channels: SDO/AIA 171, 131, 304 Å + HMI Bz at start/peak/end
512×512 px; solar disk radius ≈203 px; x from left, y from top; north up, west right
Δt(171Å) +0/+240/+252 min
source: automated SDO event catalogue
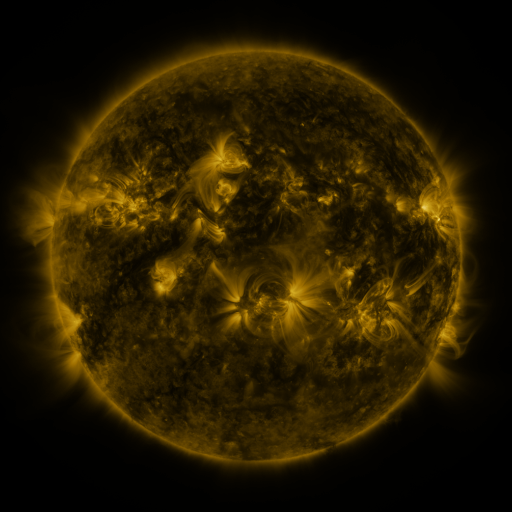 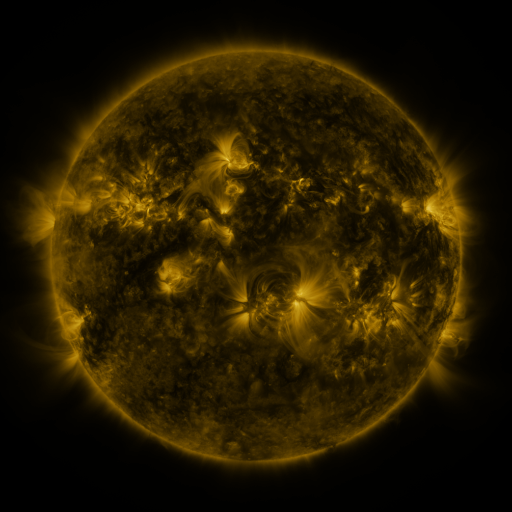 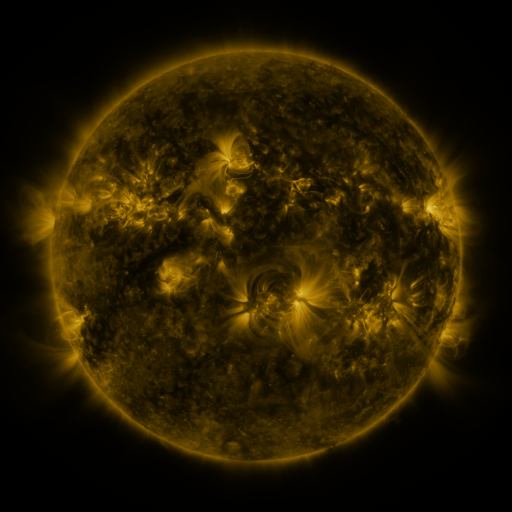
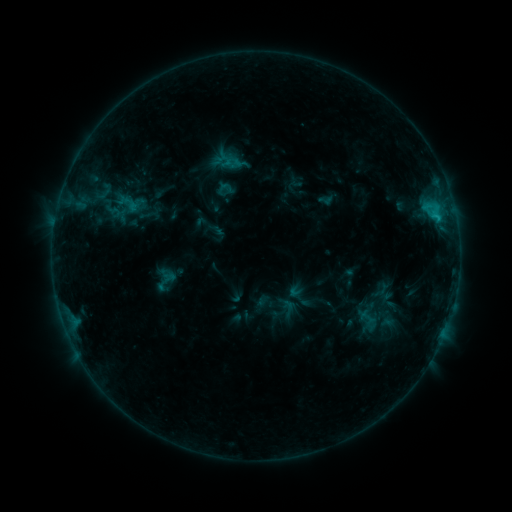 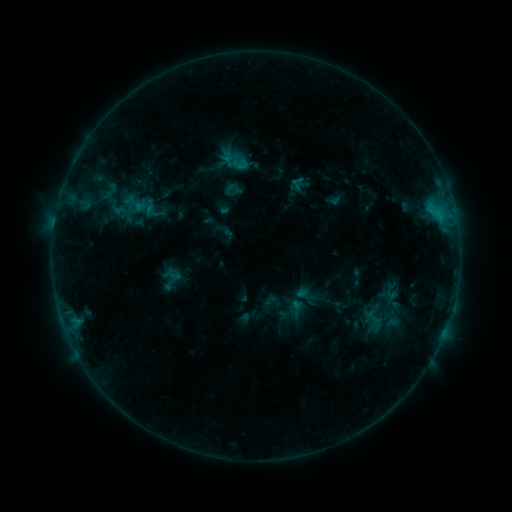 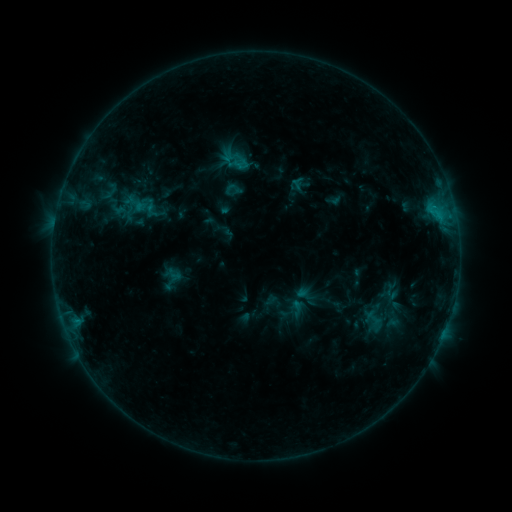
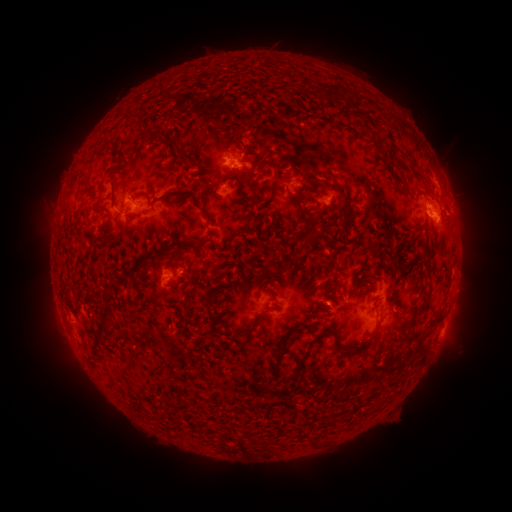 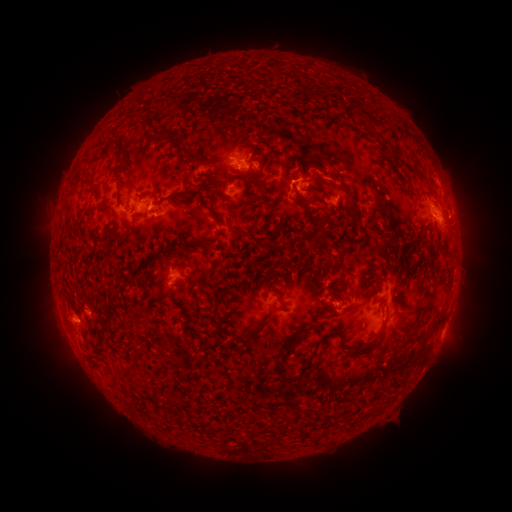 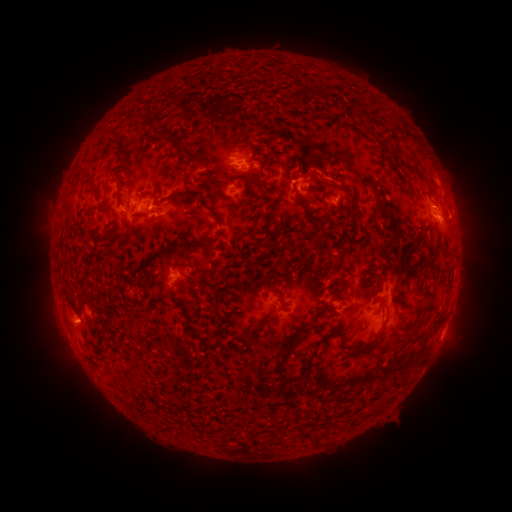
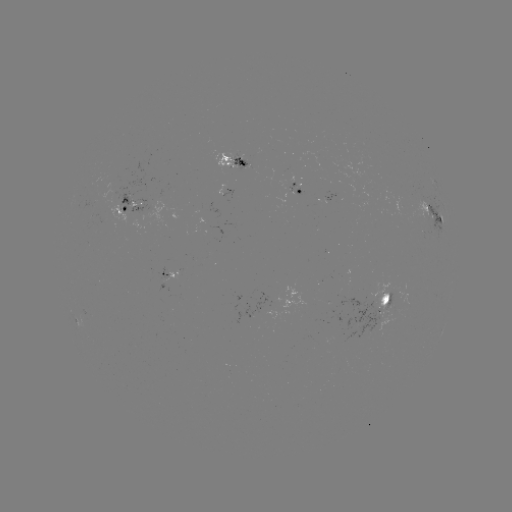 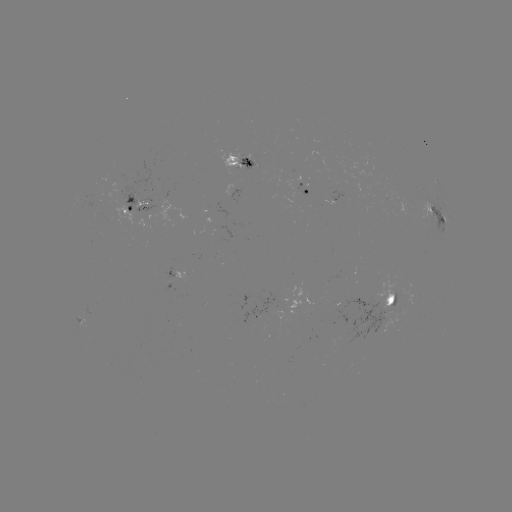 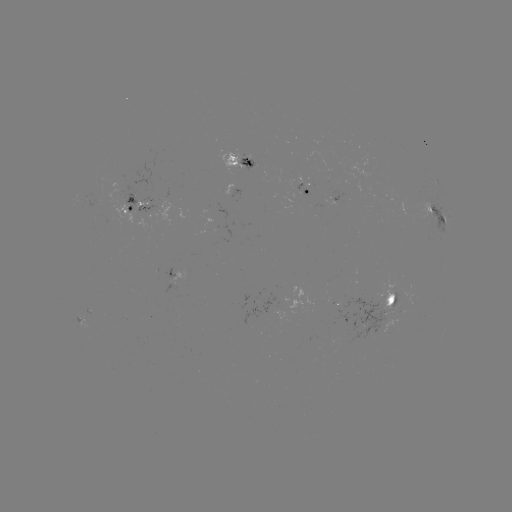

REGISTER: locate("emerging-flux region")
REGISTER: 251,164